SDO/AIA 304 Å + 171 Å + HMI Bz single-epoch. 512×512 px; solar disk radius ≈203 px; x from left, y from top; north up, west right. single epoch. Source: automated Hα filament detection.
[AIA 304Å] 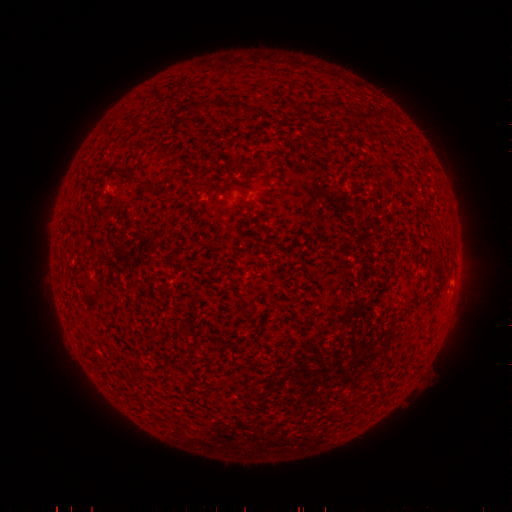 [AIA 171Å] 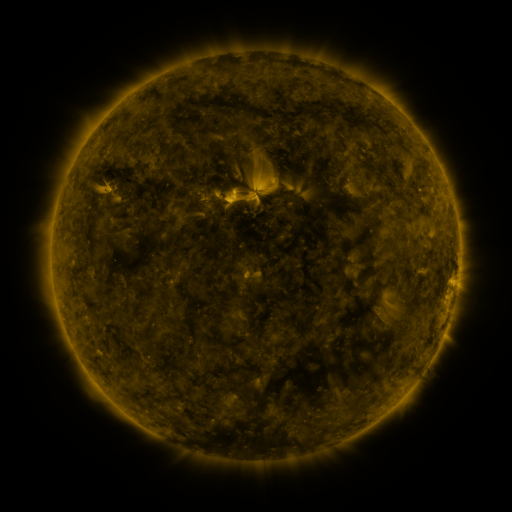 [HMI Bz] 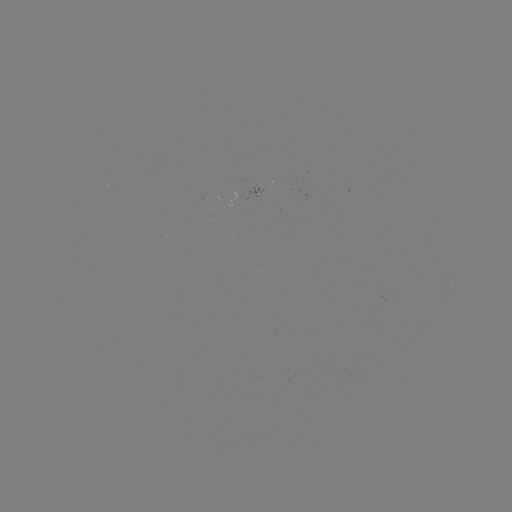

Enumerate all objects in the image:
filament: (366, 118)
